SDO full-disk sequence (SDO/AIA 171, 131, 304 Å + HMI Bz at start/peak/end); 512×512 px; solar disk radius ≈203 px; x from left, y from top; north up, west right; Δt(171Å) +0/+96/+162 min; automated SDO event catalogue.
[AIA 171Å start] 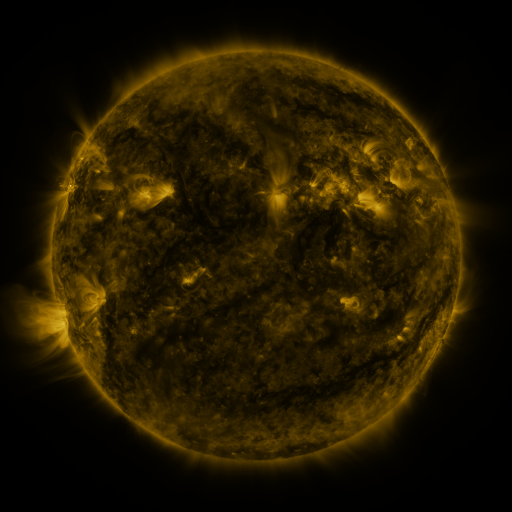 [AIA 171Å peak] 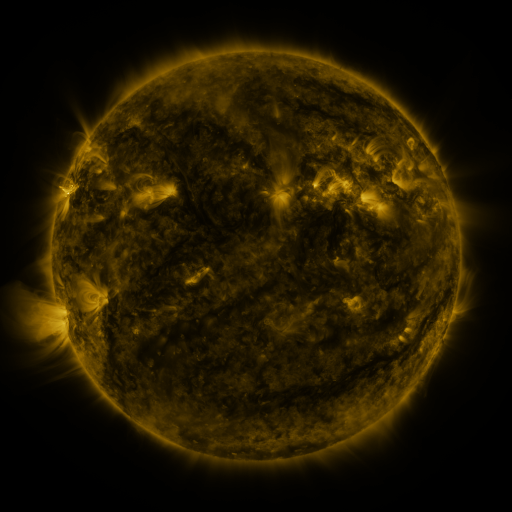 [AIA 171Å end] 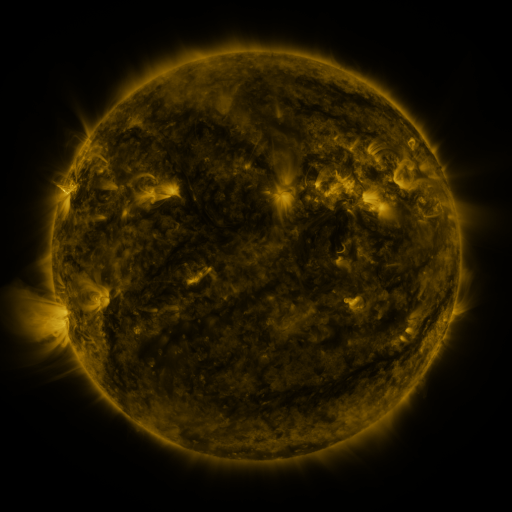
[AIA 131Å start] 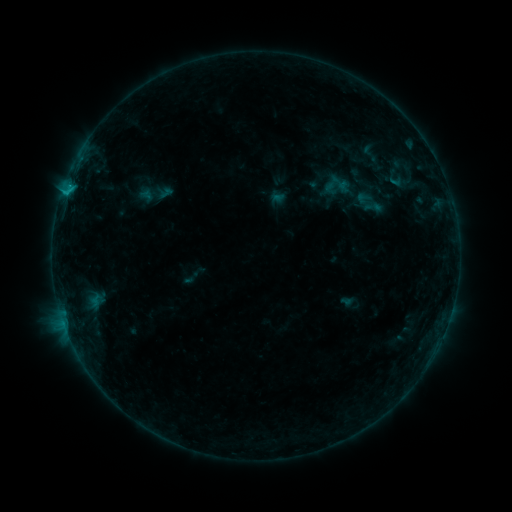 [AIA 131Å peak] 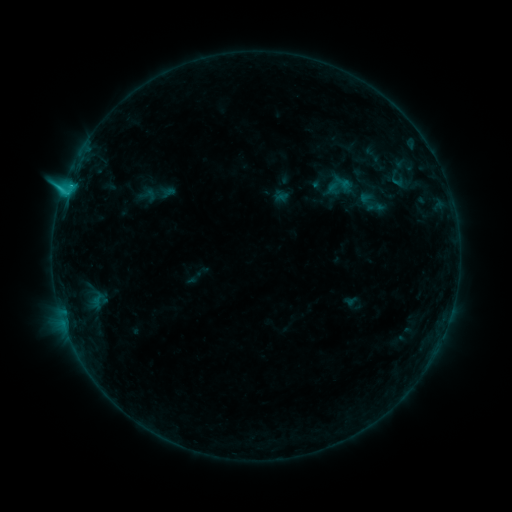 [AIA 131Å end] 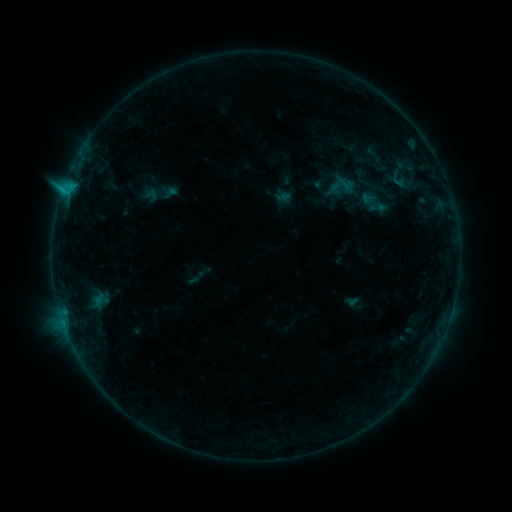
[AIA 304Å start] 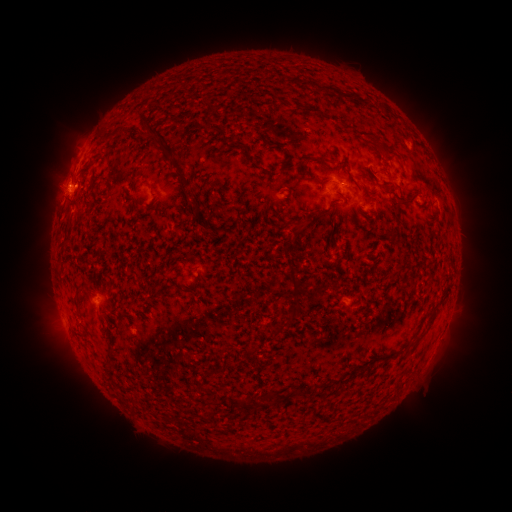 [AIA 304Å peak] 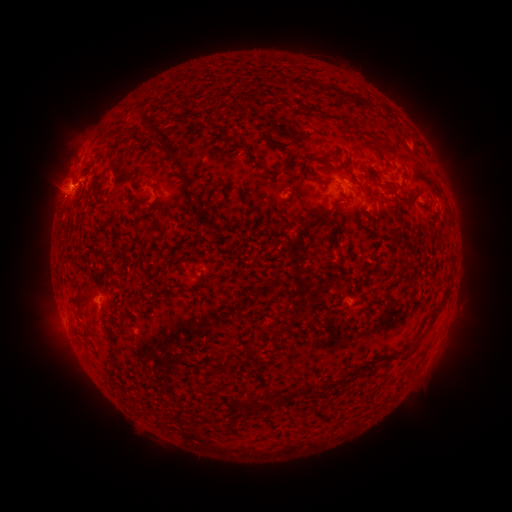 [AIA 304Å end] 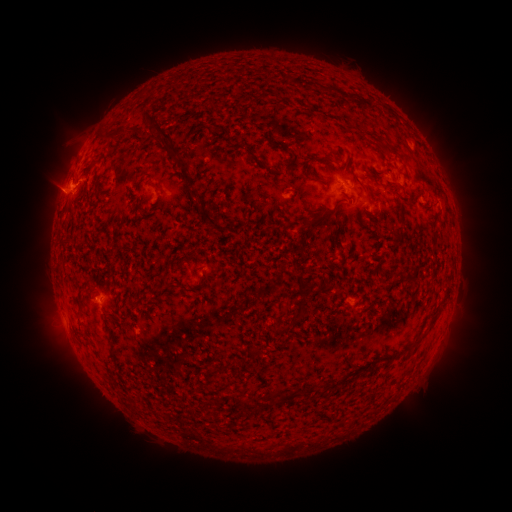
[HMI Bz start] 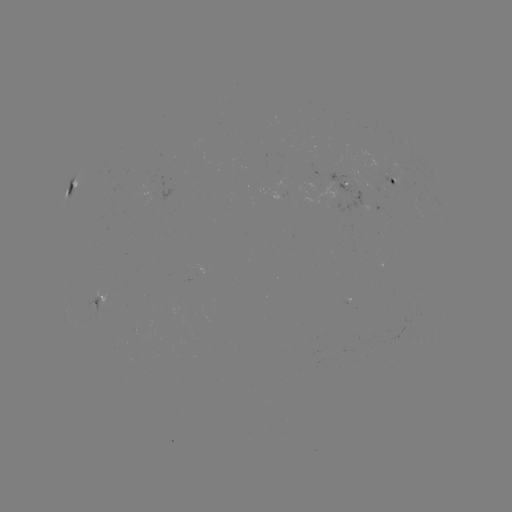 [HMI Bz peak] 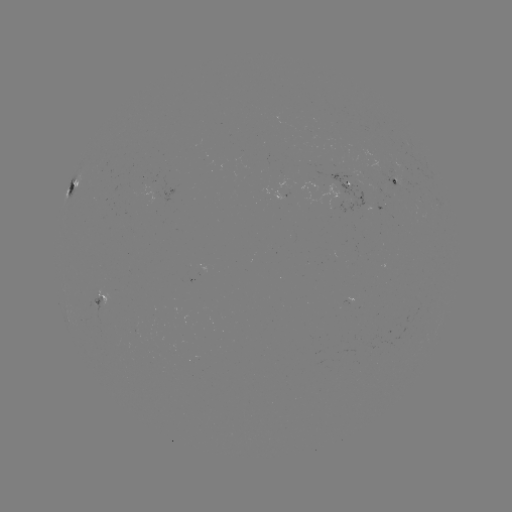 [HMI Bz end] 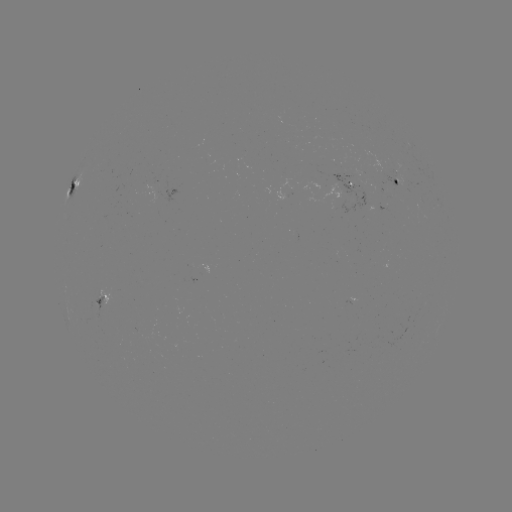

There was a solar flare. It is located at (63, 192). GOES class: C1.9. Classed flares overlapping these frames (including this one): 1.